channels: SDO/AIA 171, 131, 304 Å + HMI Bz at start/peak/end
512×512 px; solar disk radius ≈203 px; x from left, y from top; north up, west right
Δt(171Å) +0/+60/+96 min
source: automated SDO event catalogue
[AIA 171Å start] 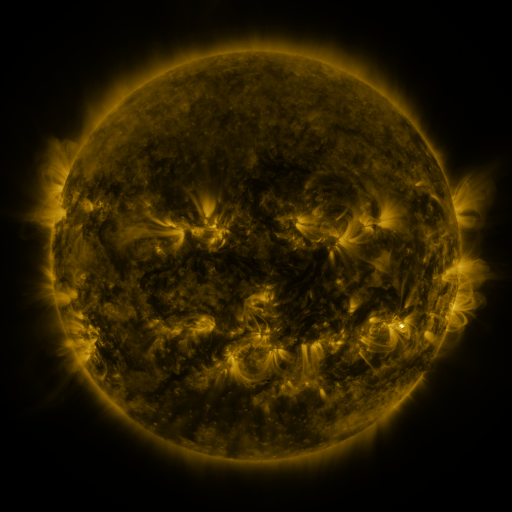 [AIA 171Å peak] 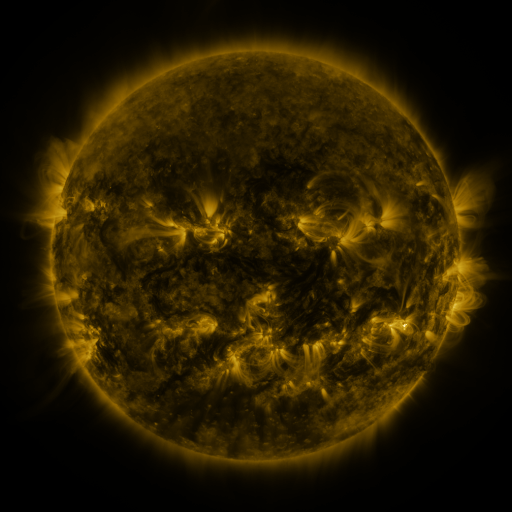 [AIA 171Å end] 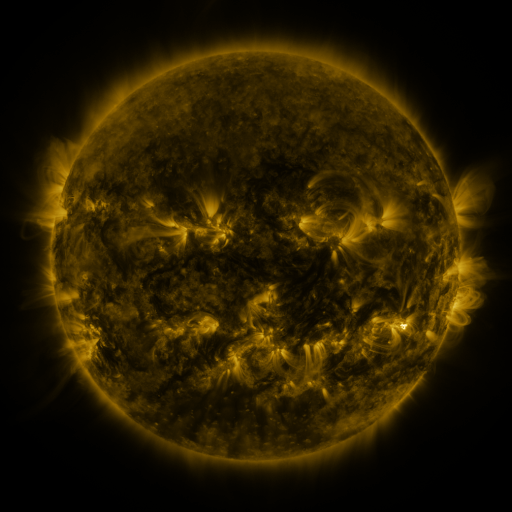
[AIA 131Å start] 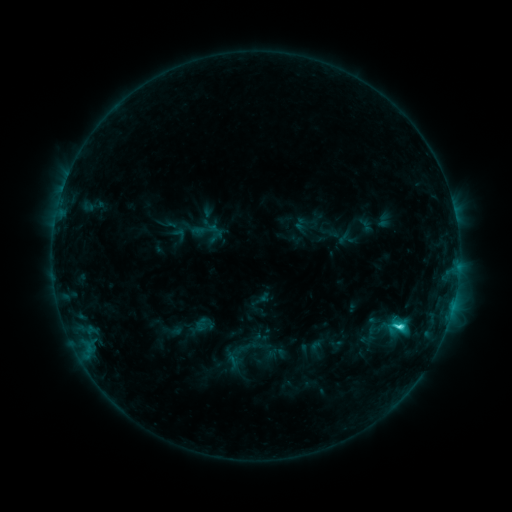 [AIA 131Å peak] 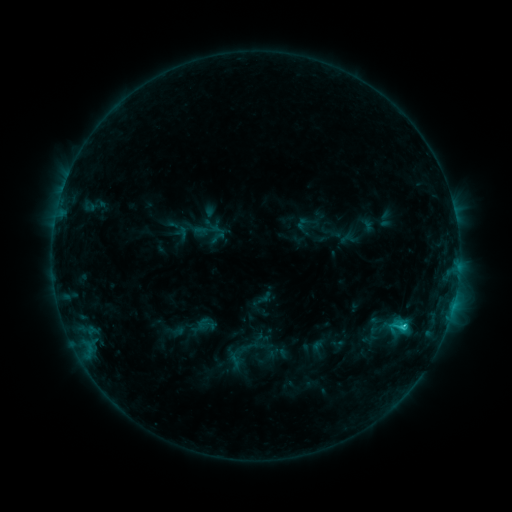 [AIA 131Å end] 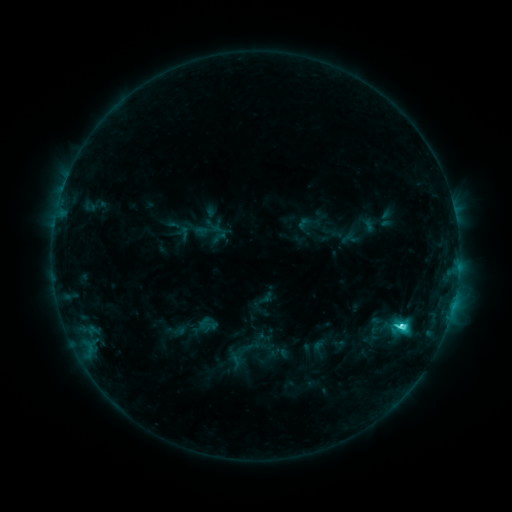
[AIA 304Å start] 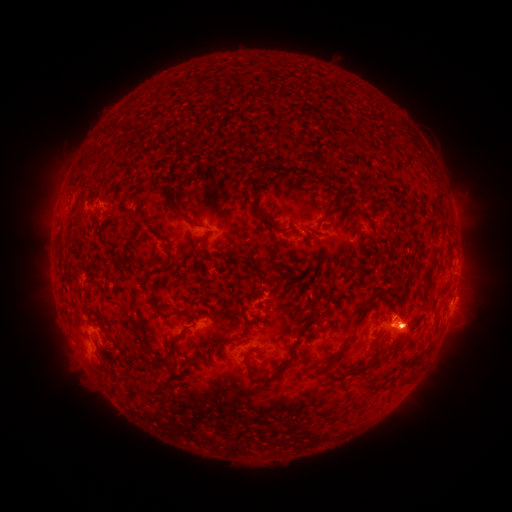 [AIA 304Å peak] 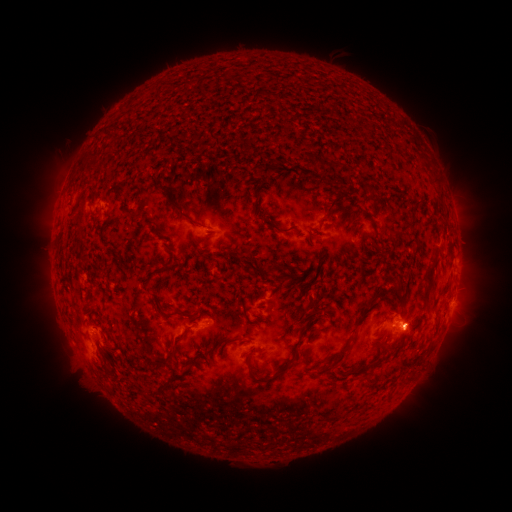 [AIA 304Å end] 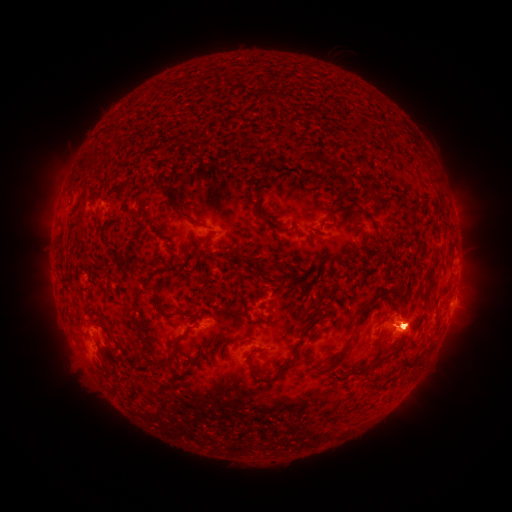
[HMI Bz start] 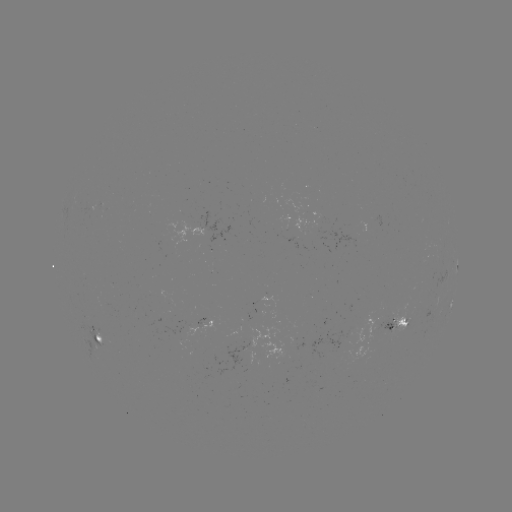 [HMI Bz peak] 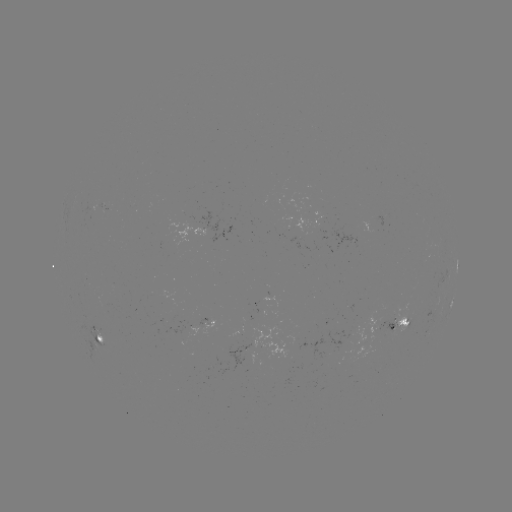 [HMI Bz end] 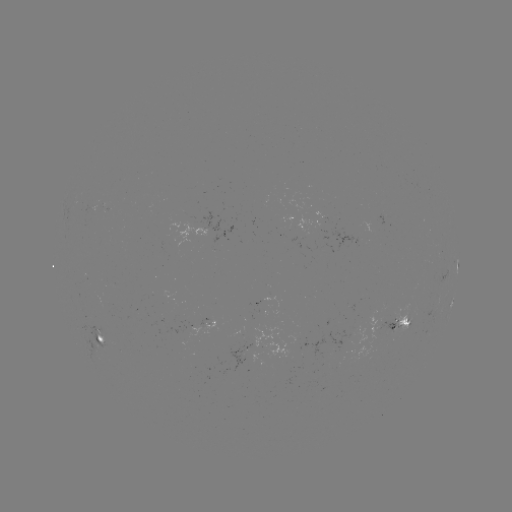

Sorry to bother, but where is emerging-flux region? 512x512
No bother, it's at [393, 331].